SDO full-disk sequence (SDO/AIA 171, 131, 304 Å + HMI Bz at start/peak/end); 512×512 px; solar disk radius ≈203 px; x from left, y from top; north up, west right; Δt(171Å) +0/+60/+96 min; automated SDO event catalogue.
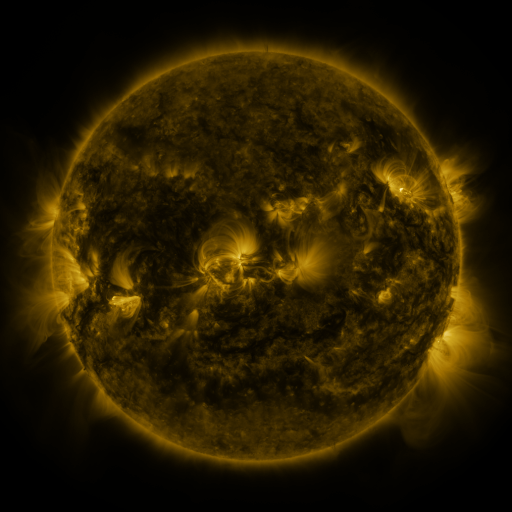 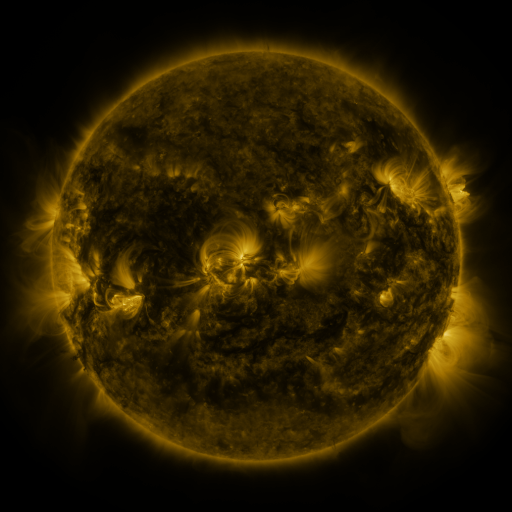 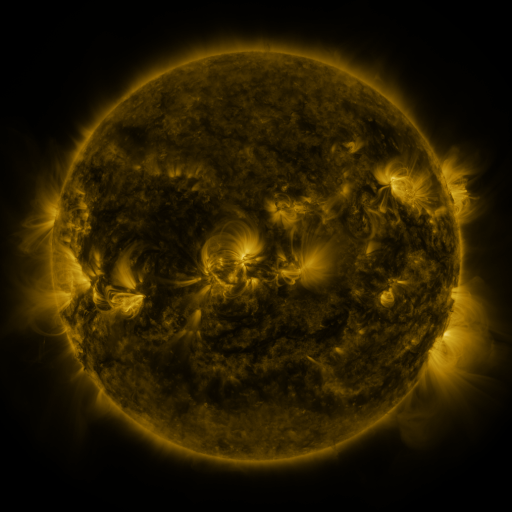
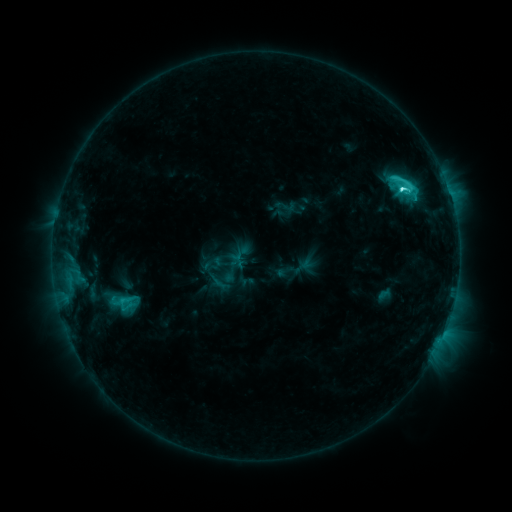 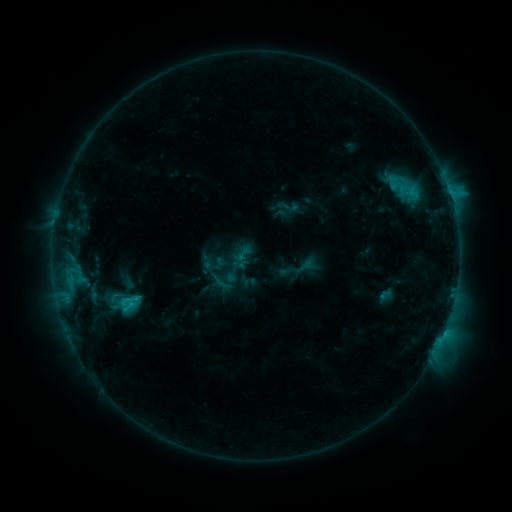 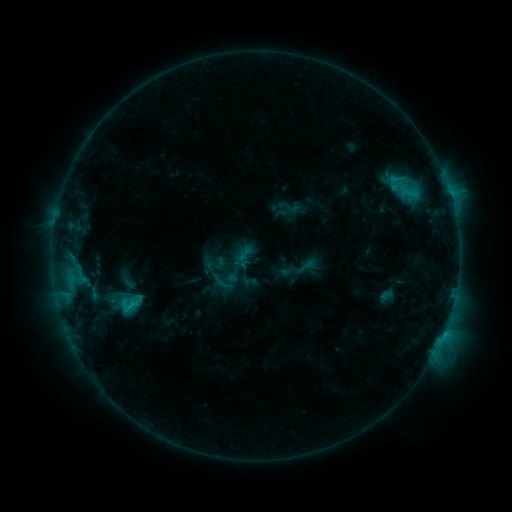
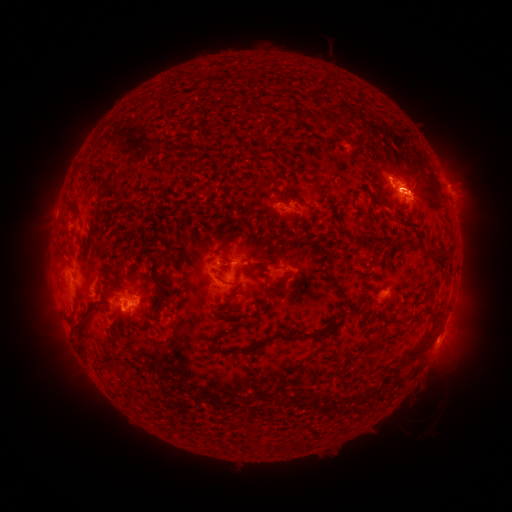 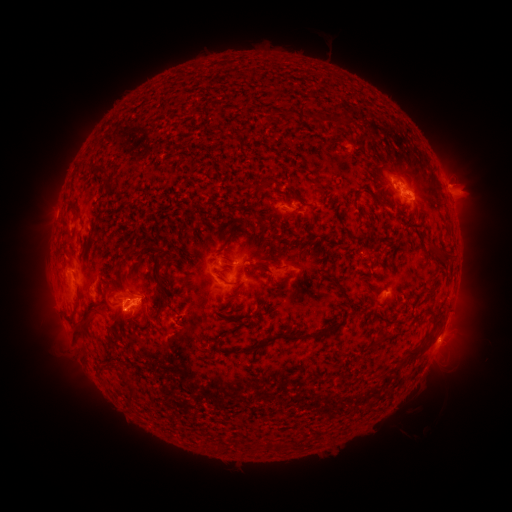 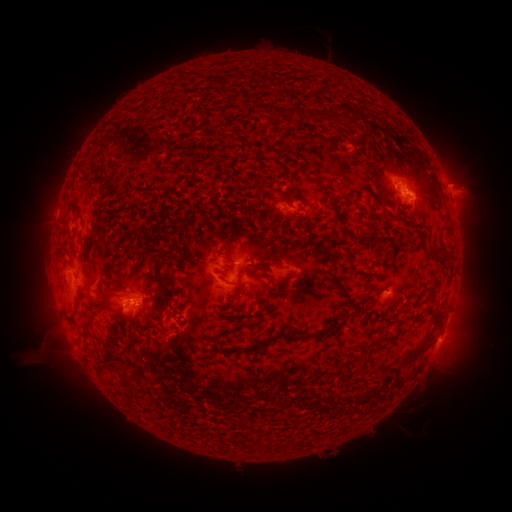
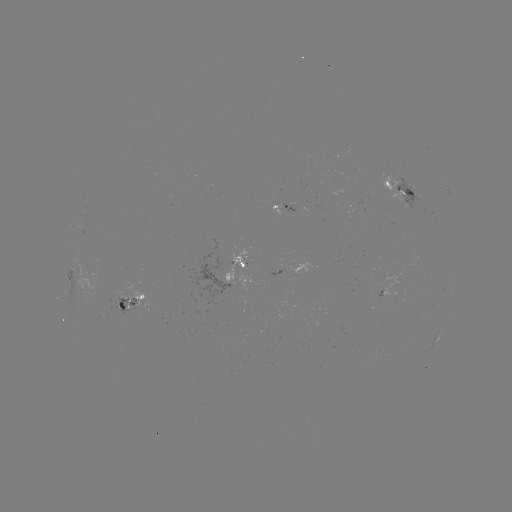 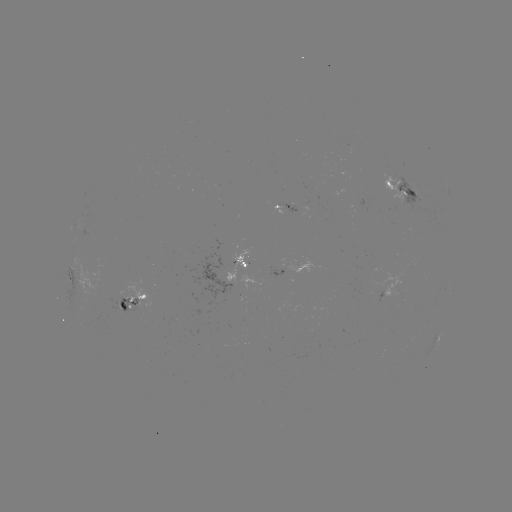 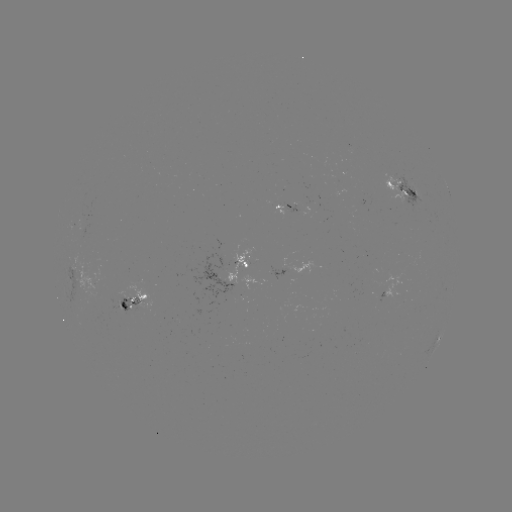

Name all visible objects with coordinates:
emerging-flux region: (123, 305)
